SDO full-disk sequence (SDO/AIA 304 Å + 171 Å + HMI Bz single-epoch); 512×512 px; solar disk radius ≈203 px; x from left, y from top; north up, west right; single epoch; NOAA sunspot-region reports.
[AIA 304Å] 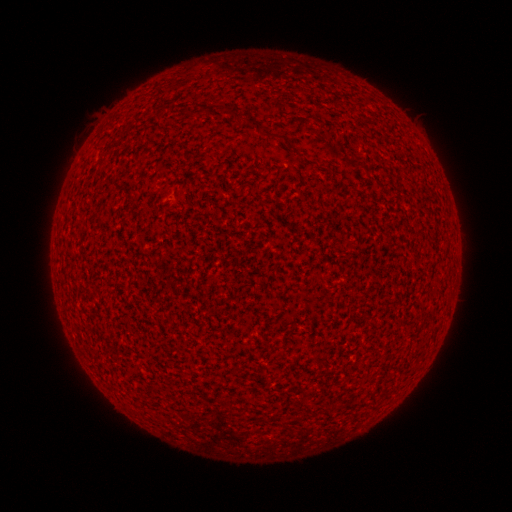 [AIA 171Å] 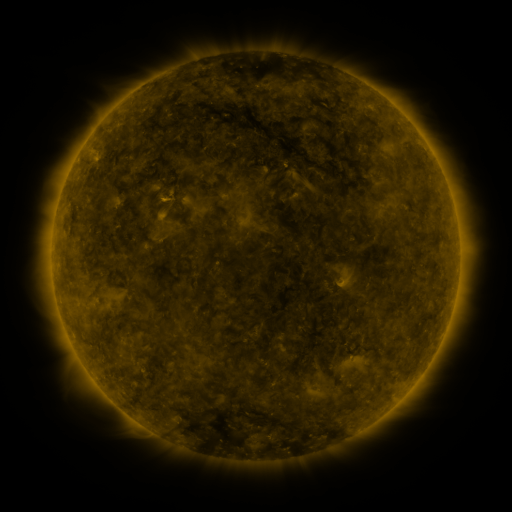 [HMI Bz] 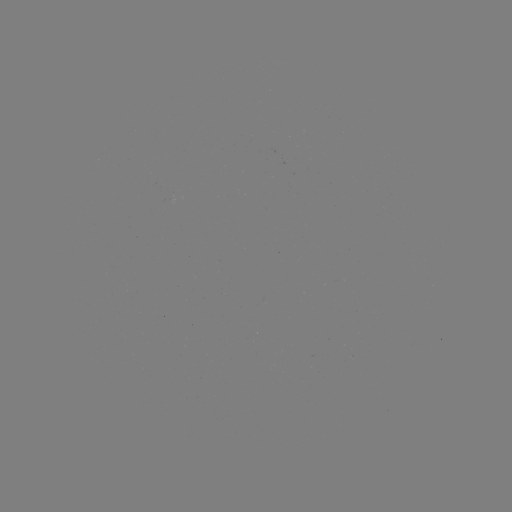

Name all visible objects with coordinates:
(none)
